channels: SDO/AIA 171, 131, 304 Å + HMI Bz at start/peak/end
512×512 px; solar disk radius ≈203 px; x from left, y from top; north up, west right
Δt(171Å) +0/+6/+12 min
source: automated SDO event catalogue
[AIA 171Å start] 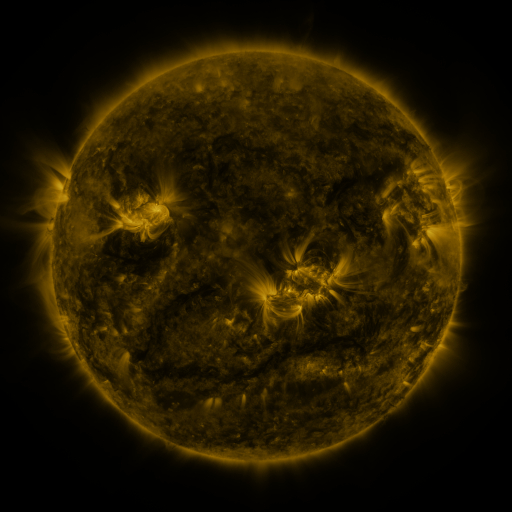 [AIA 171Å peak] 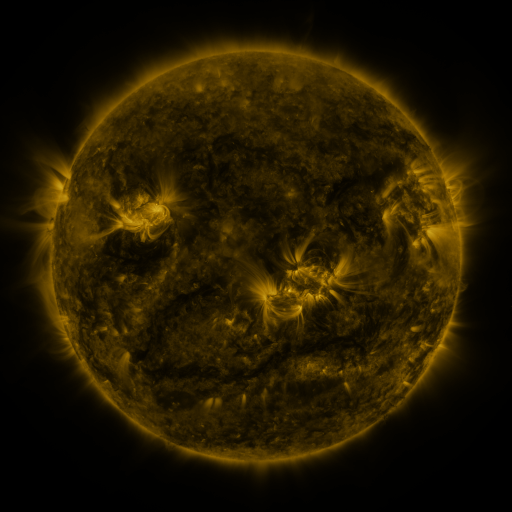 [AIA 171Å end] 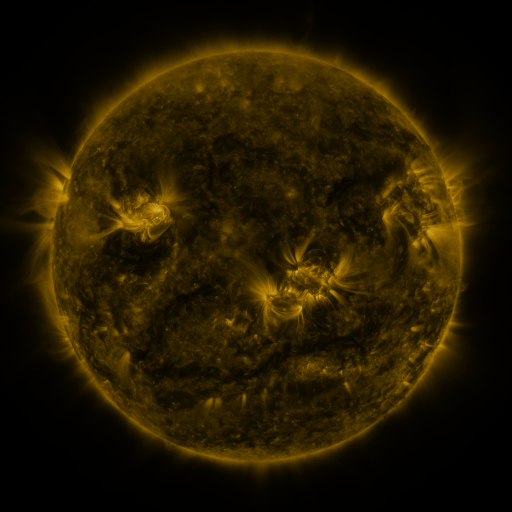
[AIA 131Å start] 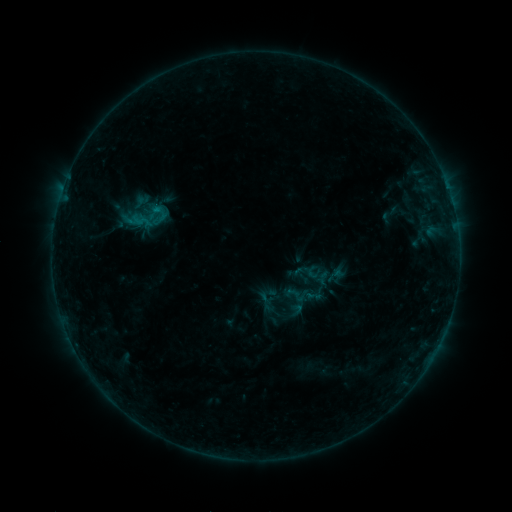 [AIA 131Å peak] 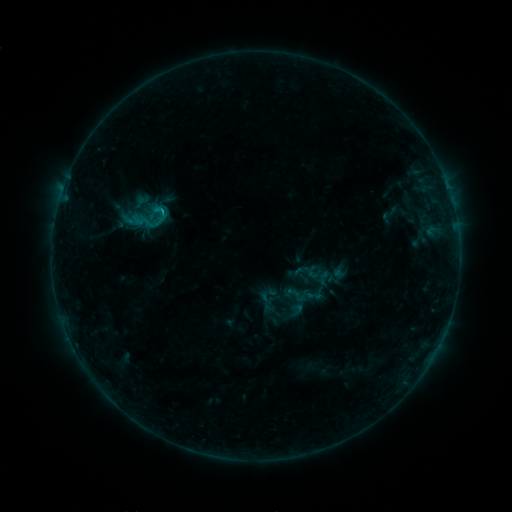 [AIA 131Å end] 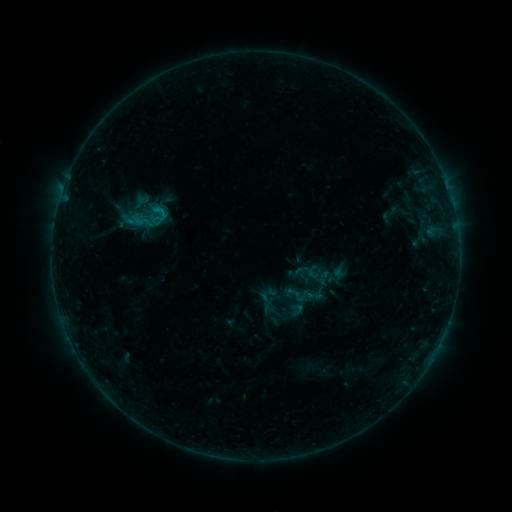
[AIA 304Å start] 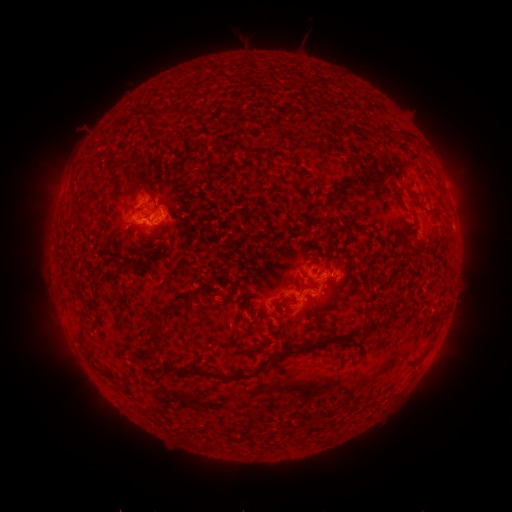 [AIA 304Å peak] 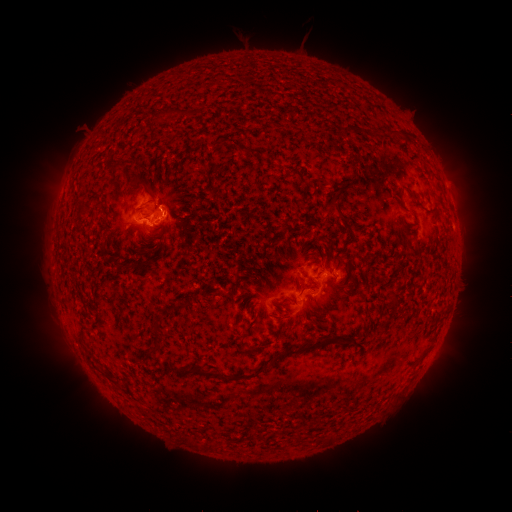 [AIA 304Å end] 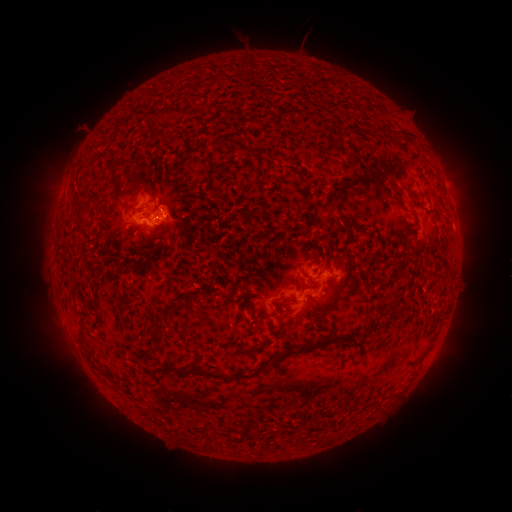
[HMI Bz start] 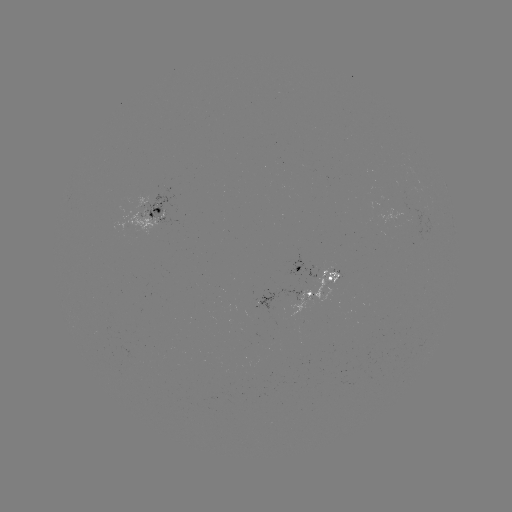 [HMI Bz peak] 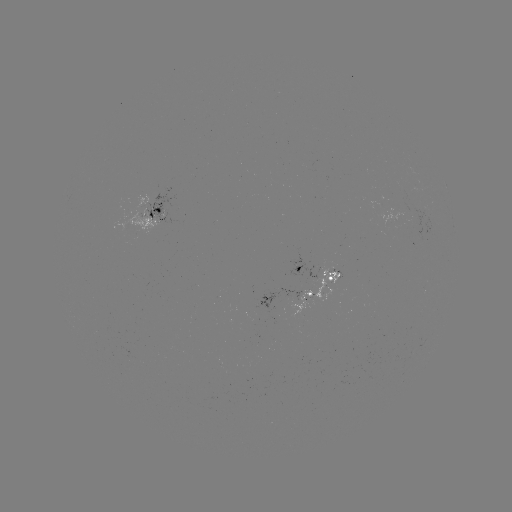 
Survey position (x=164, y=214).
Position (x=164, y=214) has B5.2 flare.